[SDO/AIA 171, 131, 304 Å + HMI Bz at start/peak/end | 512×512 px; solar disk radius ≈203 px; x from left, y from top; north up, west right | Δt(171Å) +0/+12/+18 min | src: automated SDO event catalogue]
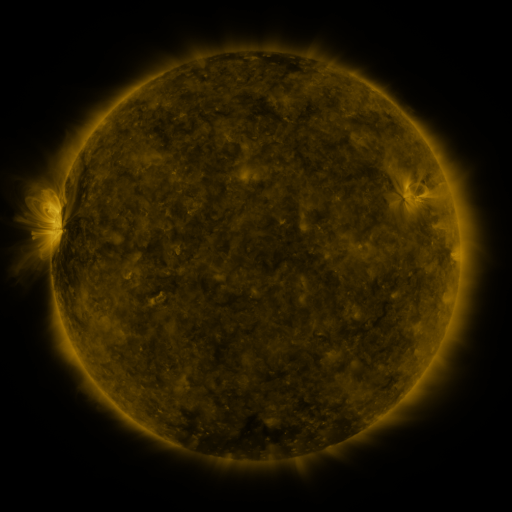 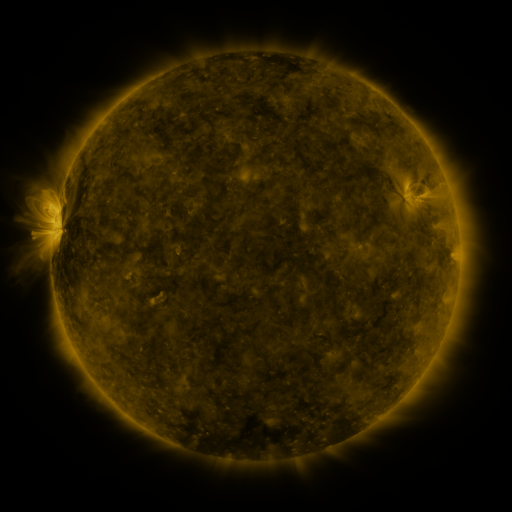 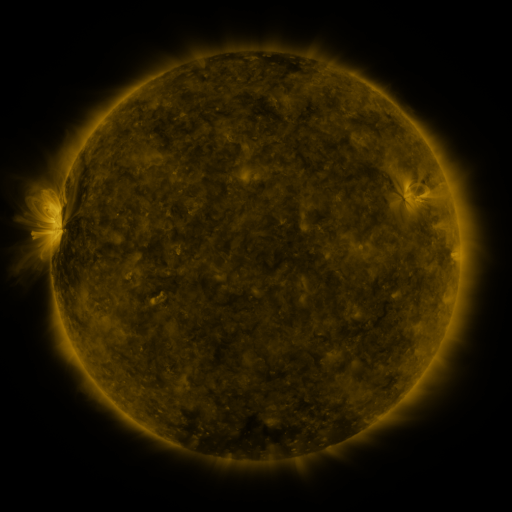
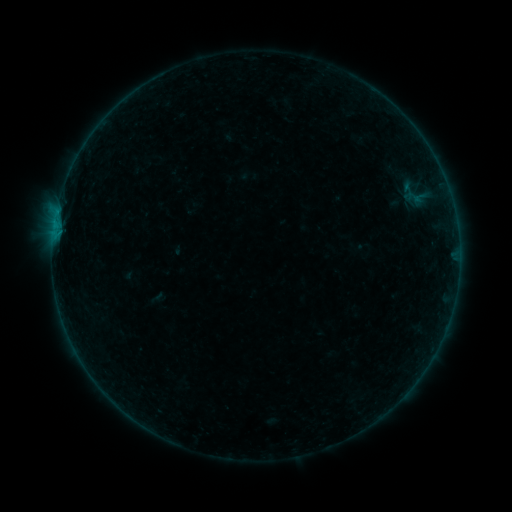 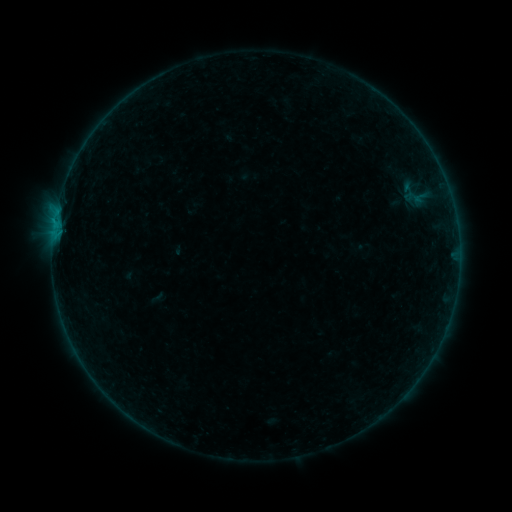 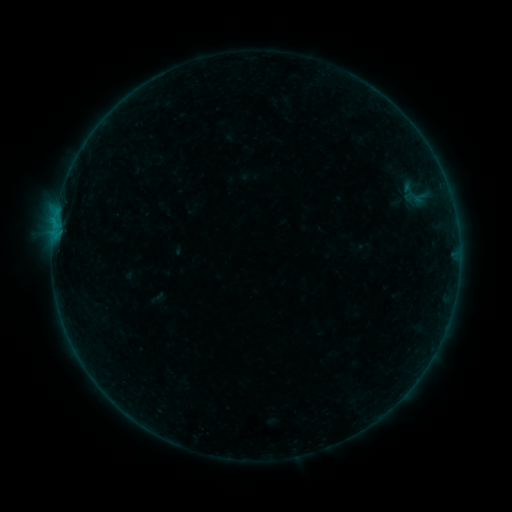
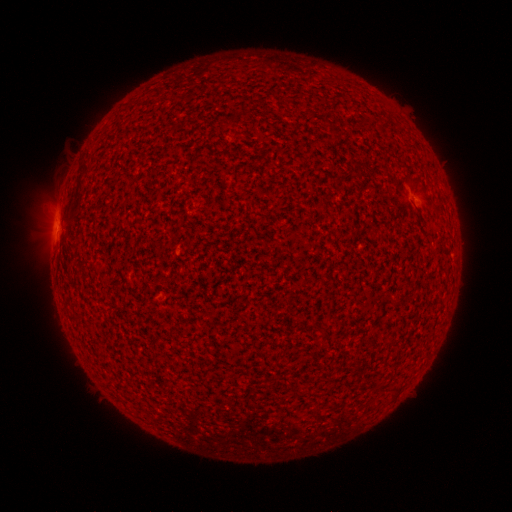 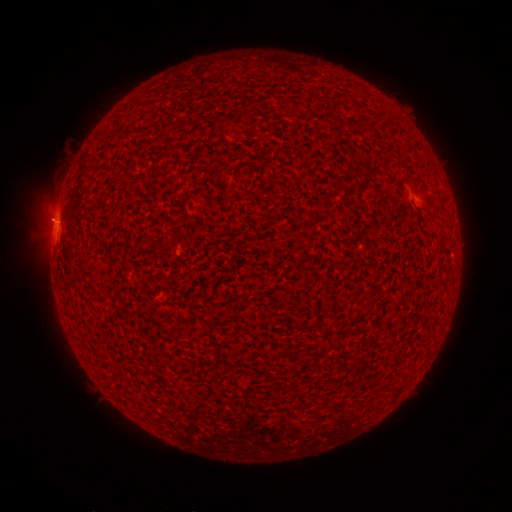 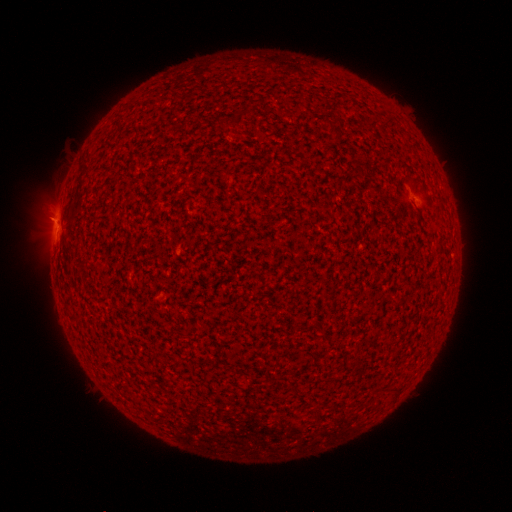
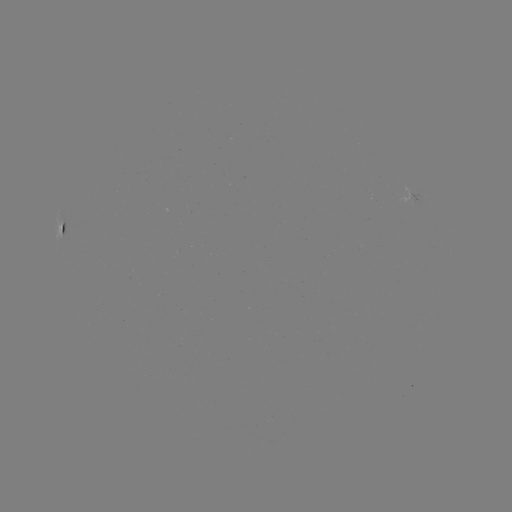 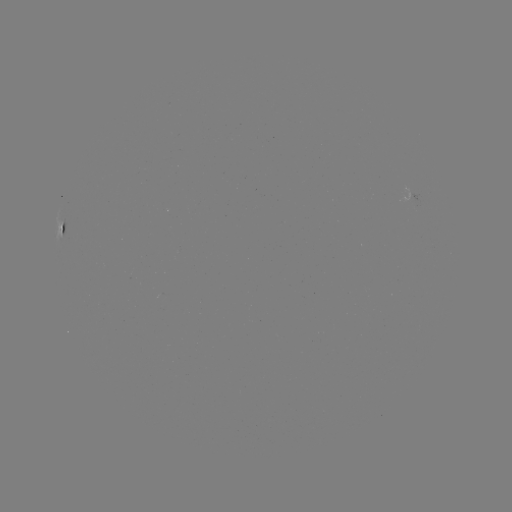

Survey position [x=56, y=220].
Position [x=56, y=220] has B1.7 flare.